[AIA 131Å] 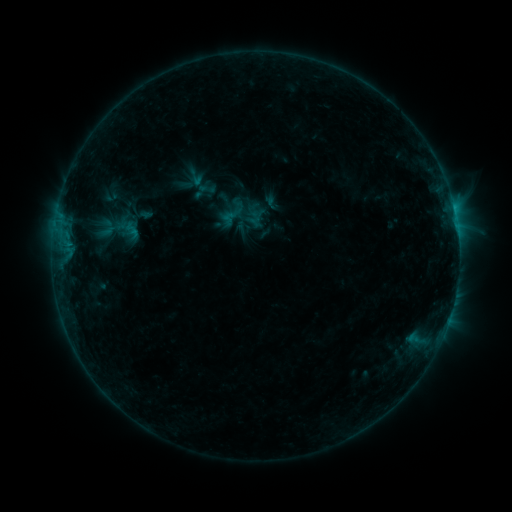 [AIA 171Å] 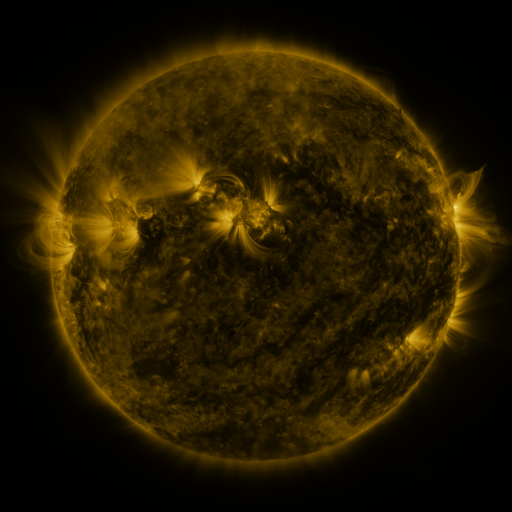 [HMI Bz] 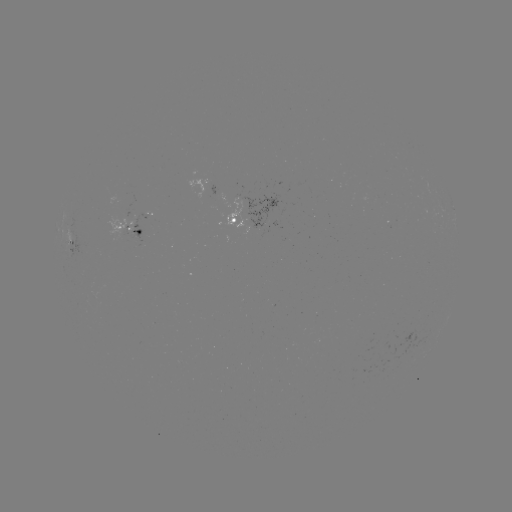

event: sigmoid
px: (196, 177)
